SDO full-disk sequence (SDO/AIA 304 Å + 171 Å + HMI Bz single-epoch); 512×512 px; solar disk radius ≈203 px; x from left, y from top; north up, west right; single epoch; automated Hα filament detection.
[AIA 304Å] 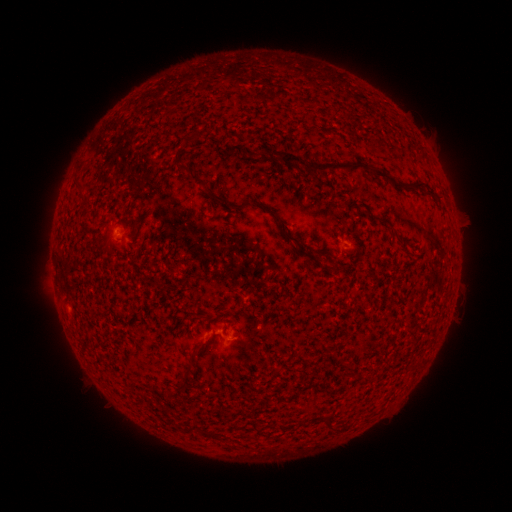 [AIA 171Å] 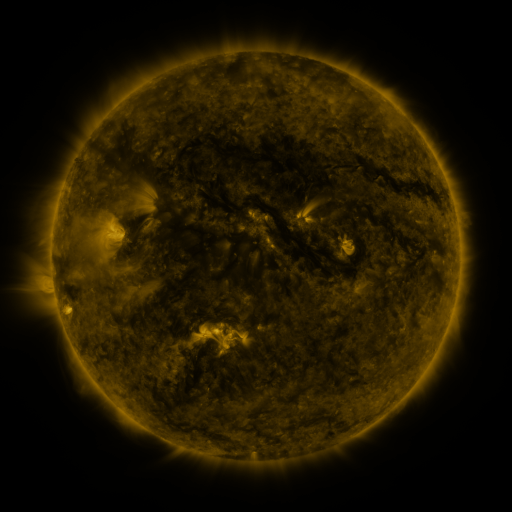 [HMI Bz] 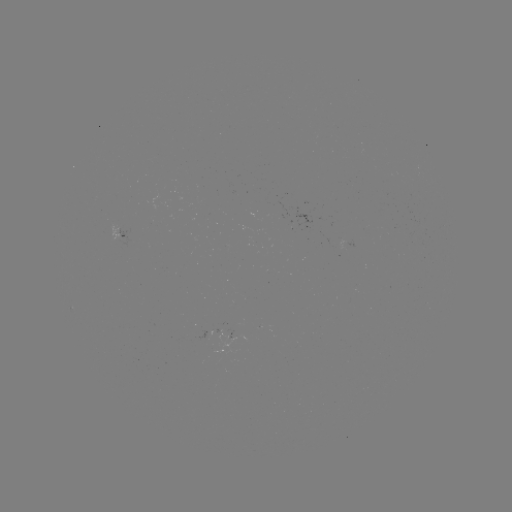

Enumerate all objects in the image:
filament: [186, 128, 207, 143]
filament: [273, 149, 366, 178]
filament: [369, 169, 422, 193]
filament: [74, 180, 84, 193]
filament: [206, 188, 225, 203]
filament: [236, 197, 250, 210]
filament: [260, 205, 273, 214]
filament: [376, 214, 390, 224]
filament: [281, 230, 295, 240]
filament: [189, 346, 201, 359]
filament: [161, 409, 170, 418]
filament: [324, 413, 336, 430]
filament: [201, 427, 219, 439]
